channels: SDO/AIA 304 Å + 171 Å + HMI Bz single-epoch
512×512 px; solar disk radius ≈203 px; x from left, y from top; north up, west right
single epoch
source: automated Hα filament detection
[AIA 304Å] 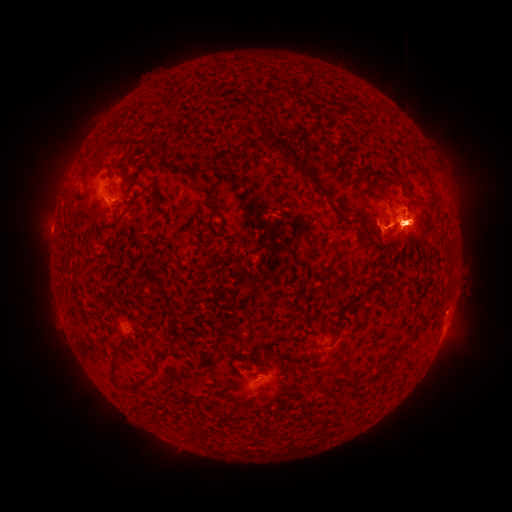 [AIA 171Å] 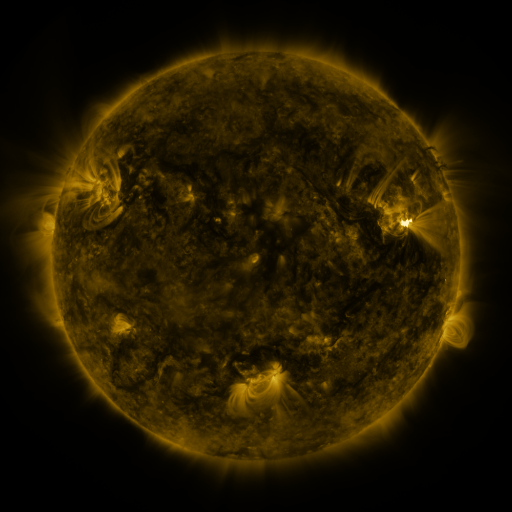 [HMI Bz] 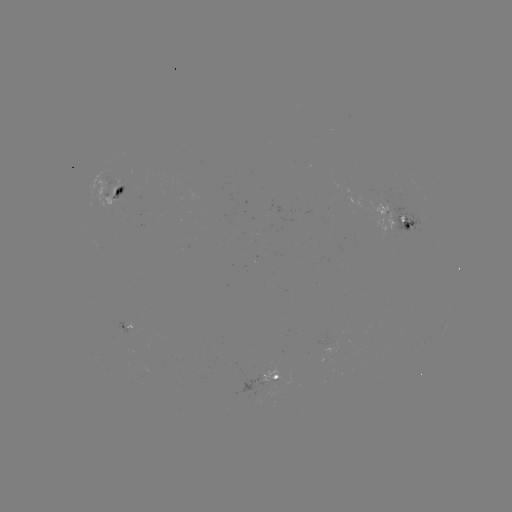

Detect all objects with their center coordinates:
filament: (254, 116, 266, 131)
filament: (267, 139, 331, 200)
filament: (116, 158, 131, 169)
filament: (359, 171, 370, 186)
filament: (399, 183, 407, 193)
filament: (416, 200, 427, 208)
filament: (207, 202, 217, 212)
filament: (329, 335, 339, 347)
filament: (106, 358, 118, 386)
filament: (362, 372, 379, 384)
